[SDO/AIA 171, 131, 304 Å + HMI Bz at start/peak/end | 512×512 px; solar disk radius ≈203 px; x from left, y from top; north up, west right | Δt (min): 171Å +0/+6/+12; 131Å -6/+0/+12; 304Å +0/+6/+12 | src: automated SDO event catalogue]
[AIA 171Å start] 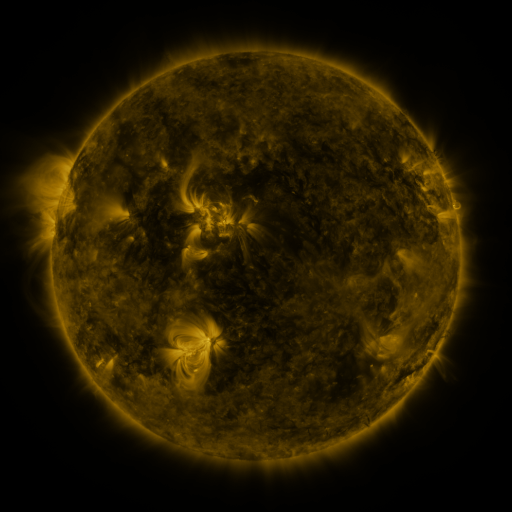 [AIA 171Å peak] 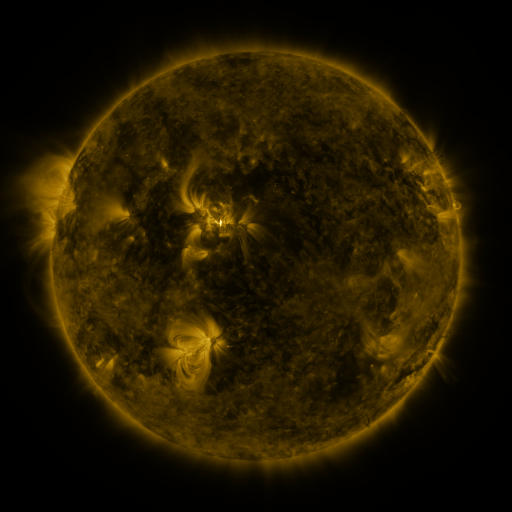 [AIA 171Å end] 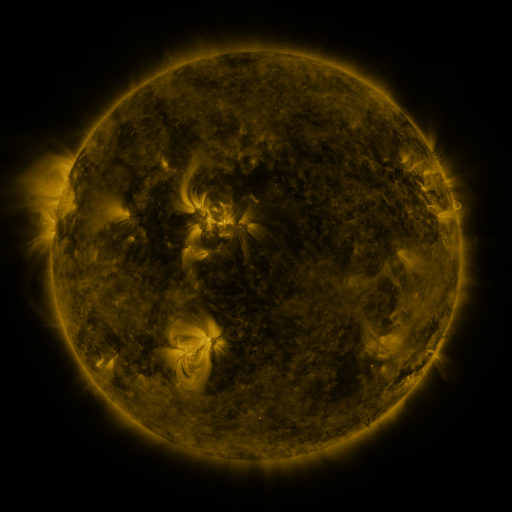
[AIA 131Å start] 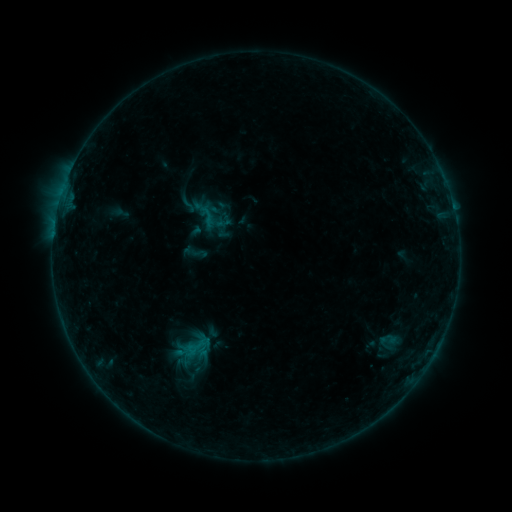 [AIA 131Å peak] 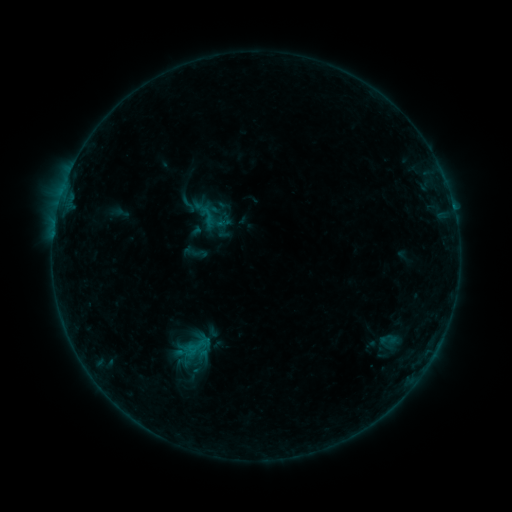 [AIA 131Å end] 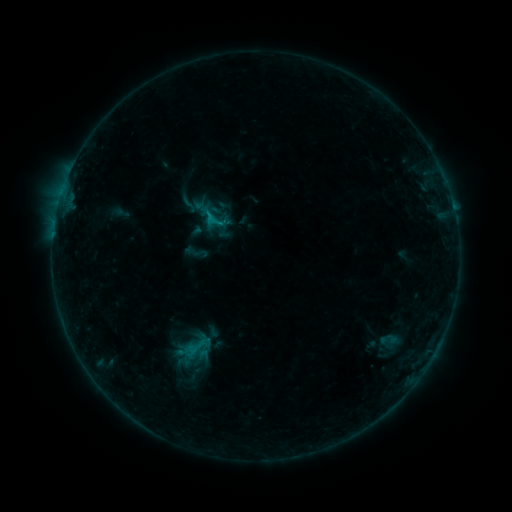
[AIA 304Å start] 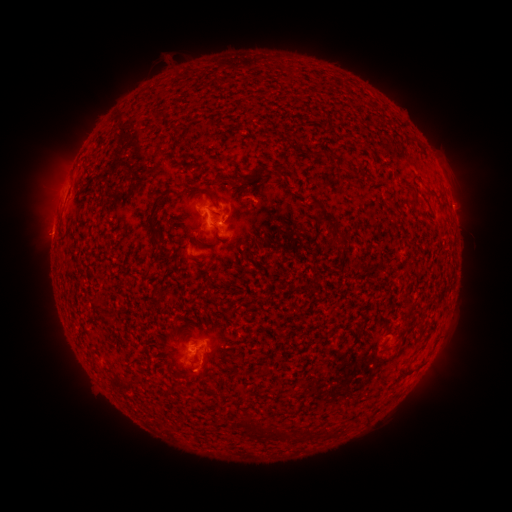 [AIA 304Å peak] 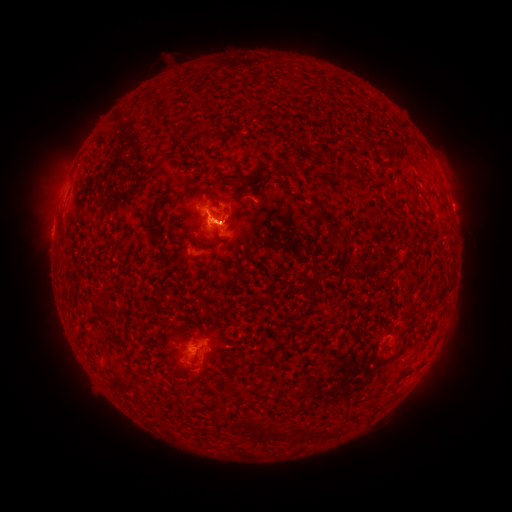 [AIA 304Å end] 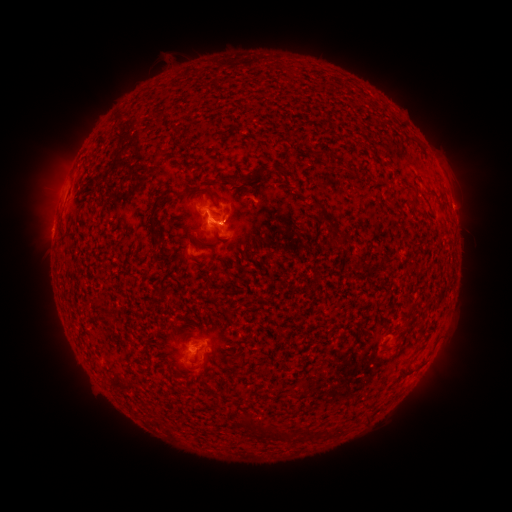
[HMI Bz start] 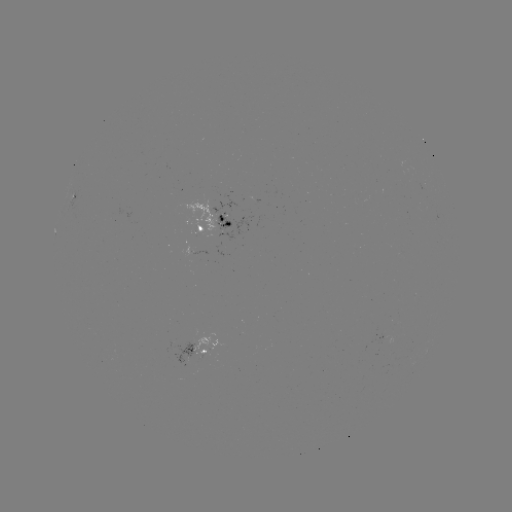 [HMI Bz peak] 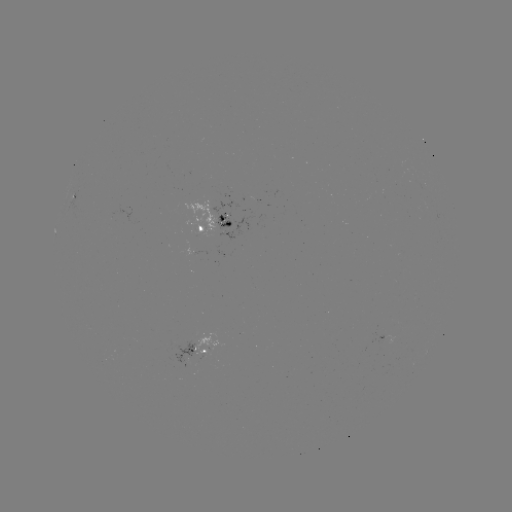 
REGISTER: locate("C2.9 flare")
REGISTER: [221, 226]